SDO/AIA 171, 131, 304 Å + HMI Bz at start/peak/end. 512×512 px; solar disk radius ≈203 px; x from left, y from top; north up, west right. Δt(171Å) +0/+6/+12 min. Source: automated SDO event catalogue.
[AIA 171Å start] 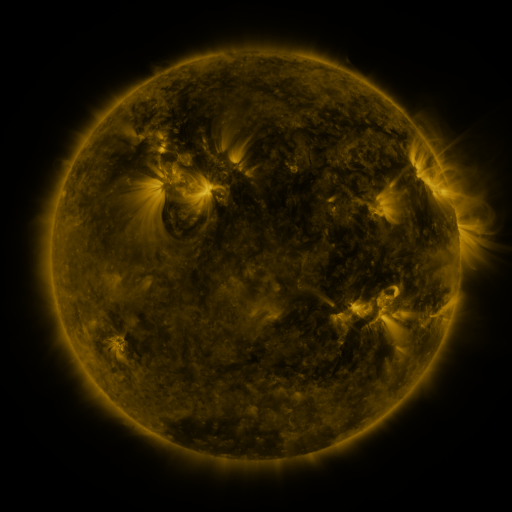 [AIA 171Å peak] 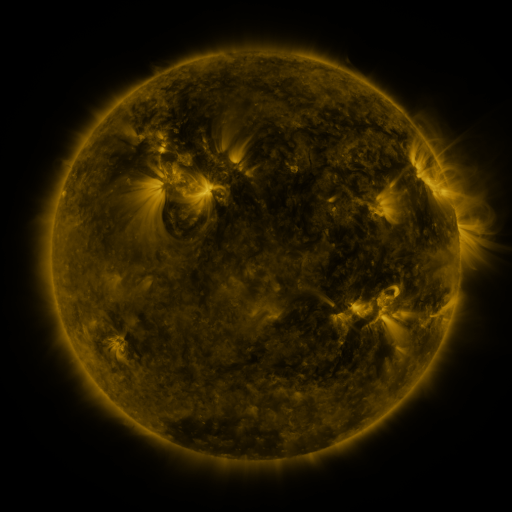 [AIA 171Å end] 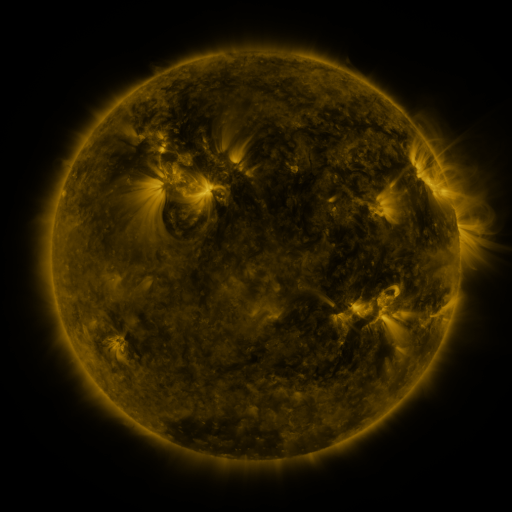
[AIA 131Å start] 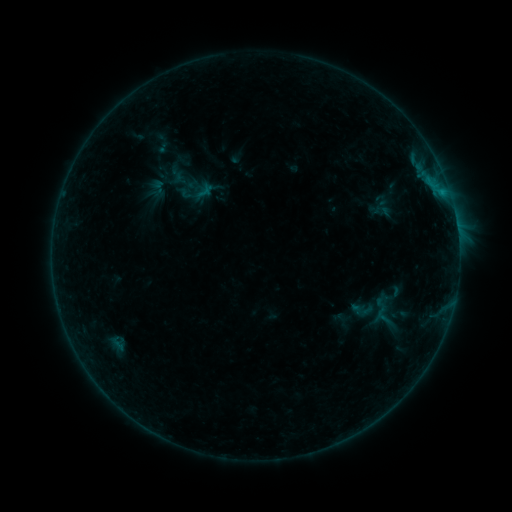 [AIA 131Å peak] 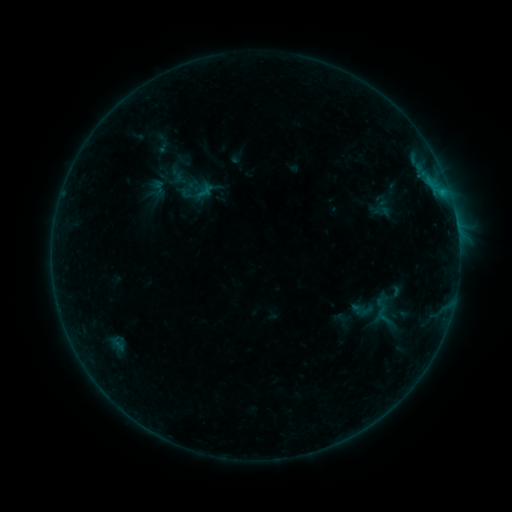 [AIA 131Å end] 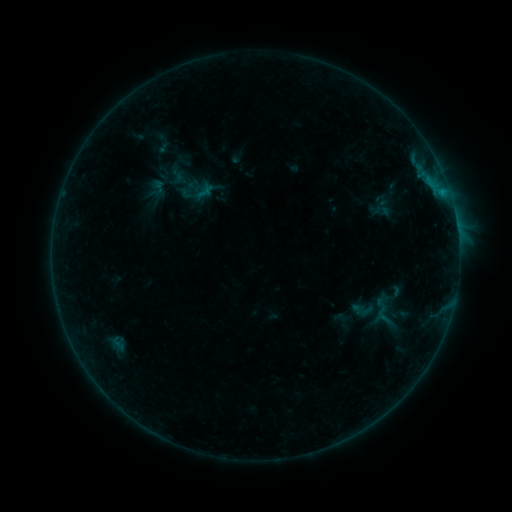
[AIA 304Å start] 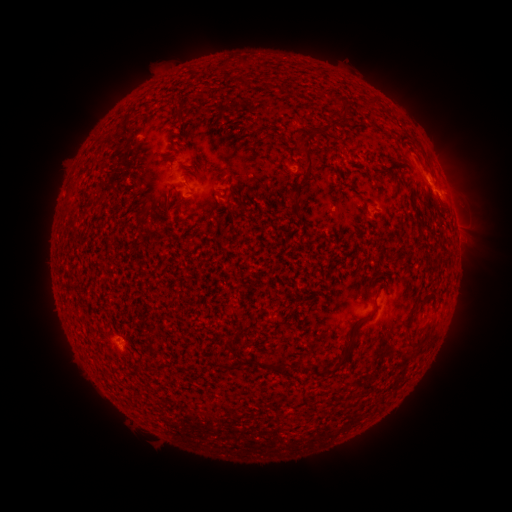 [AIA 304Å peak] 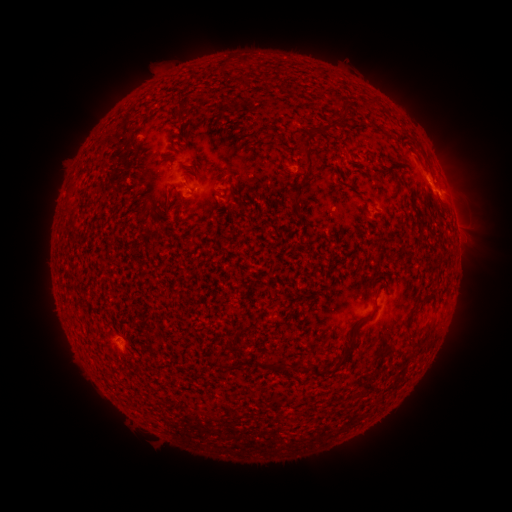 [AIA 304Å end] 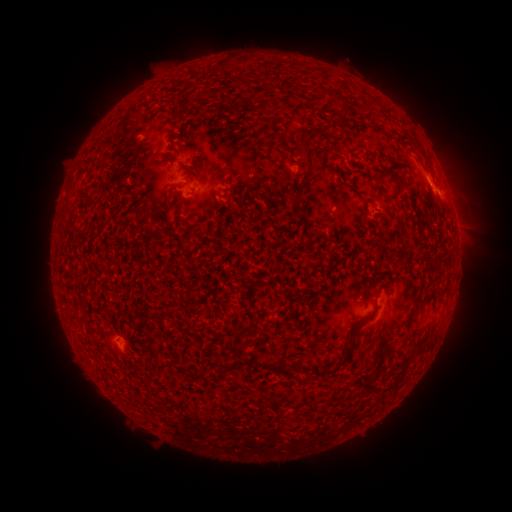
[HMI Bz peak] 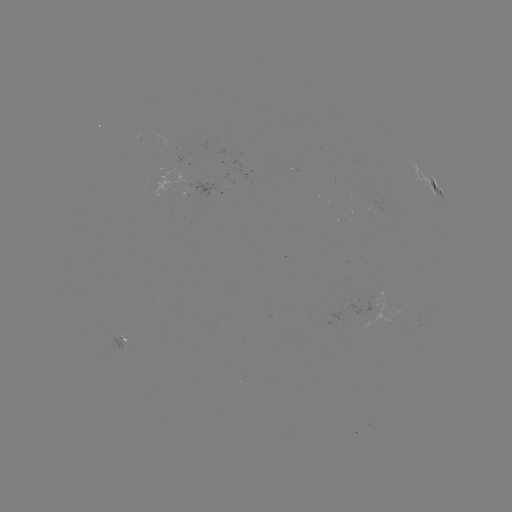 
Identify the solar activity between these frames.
no flare in any classed list; no EUV-trigger detection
